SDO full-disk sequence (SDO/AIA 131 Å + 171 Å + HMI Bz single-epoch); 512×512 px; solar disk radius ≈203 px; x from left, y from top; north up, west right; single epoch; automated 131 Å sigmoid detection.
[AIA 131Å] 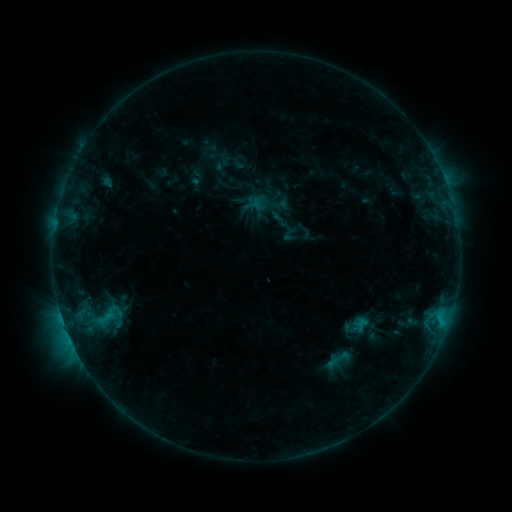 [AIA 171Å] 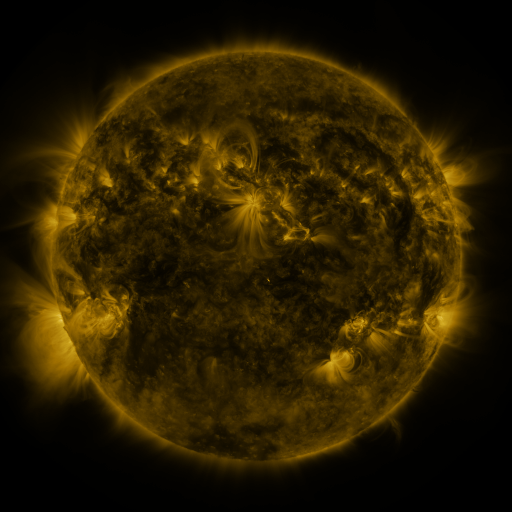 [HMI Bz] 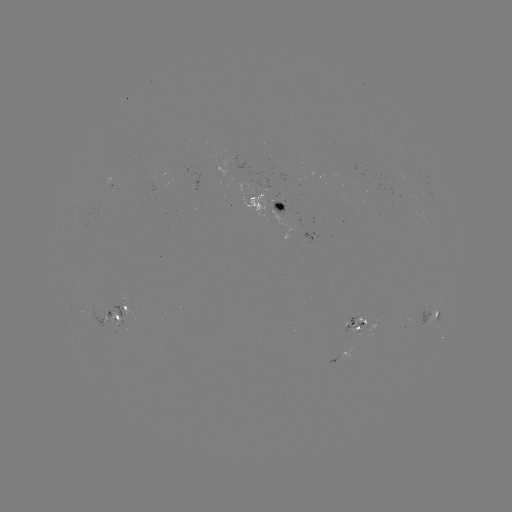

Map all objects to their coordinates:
sigmoid: (84, 299, 132, 332)
